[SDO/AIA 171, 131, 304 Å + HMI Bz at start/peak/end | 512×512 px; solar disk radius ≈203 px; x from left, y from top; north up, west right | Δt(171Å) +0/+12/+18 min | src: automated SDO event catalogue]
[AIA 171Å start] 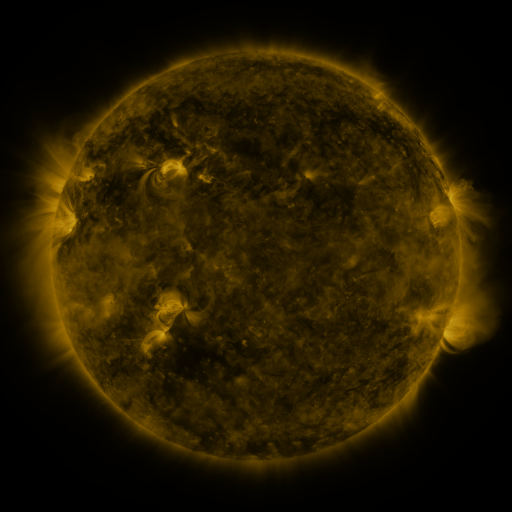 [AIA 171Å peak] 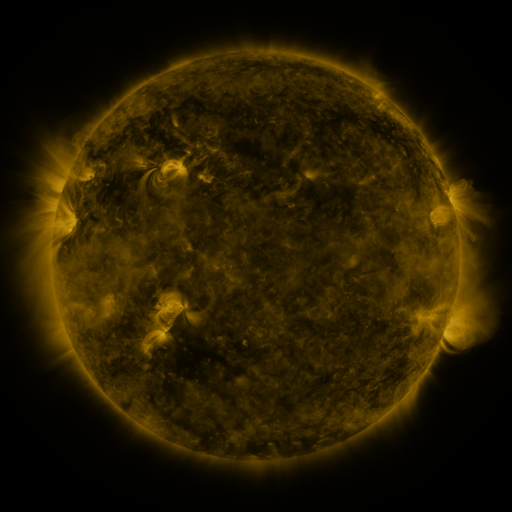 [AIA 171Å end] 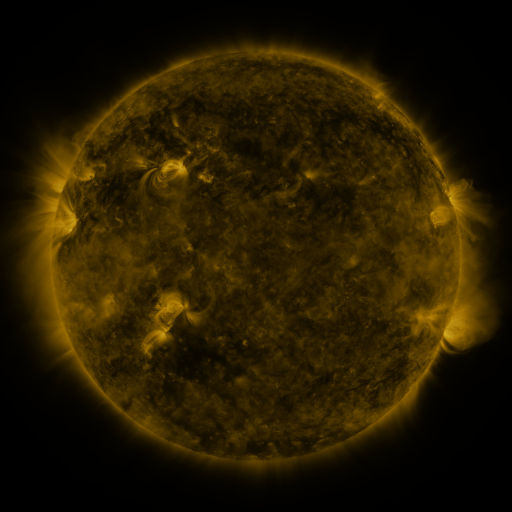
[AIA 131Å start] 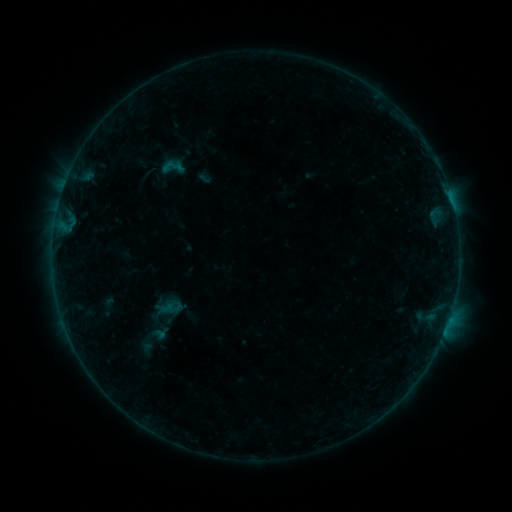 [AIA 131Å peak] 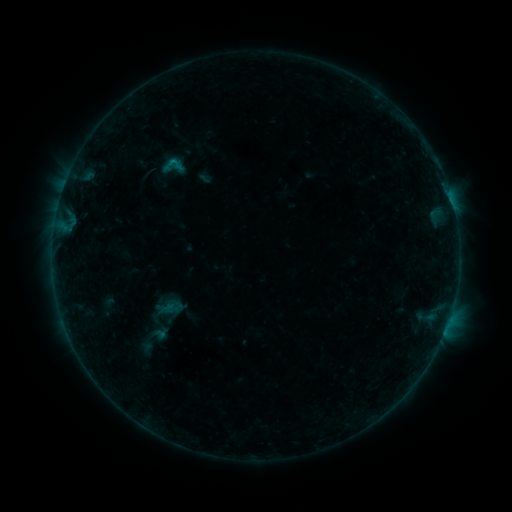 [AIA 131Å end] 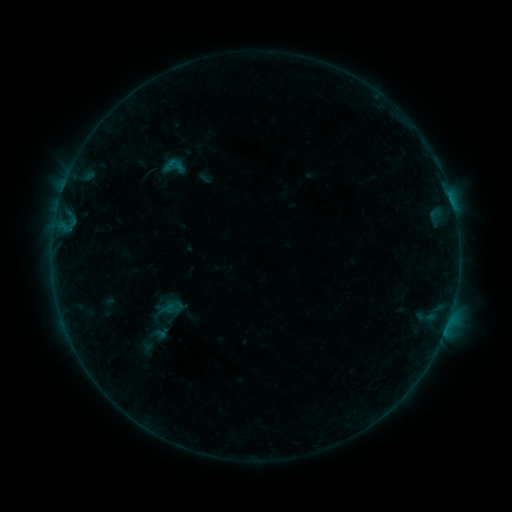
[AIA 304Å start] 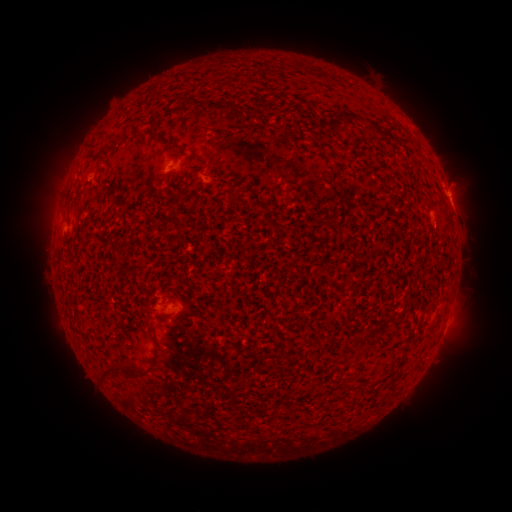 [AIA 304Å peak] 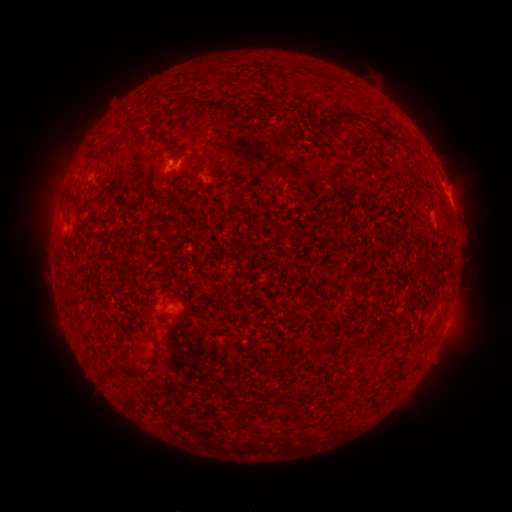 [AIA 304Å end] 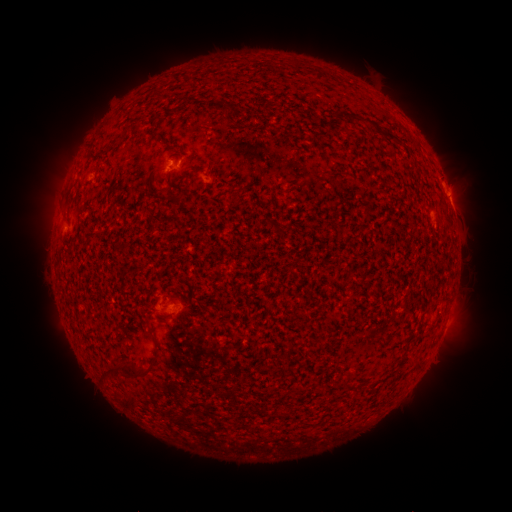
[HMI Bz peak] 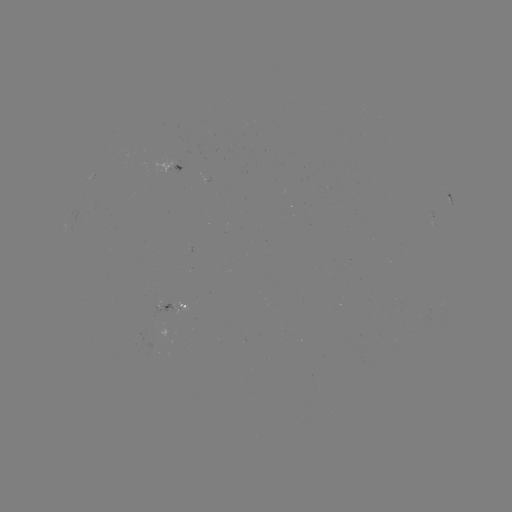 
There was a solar flare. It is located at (178, 166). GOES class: B2.9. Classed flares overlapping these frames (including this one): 1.